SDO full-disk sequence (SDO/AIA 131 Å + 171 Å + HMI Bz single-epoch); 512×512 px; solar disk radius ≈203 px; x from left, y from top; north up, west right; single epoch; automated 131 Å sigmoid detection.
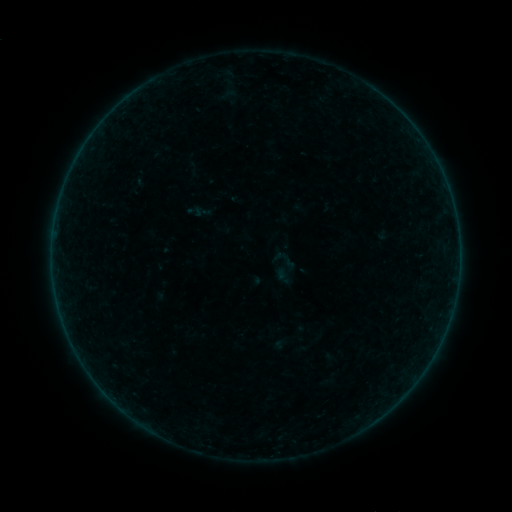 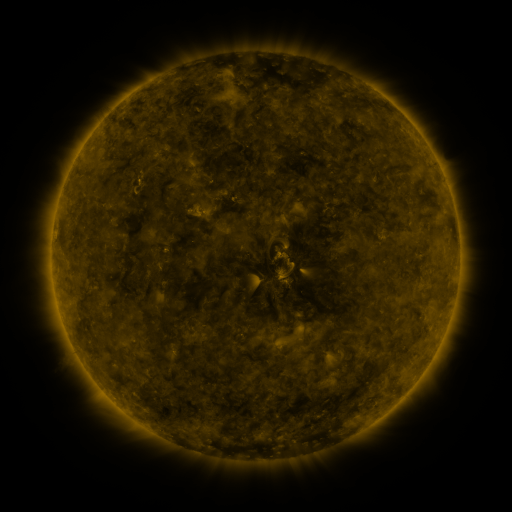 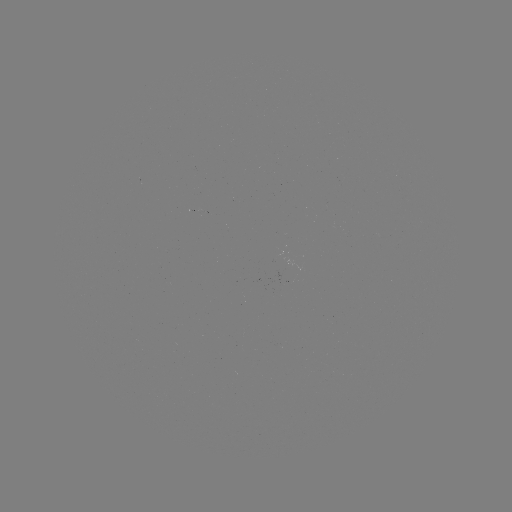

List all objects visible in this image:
sigmoid: [128, 176, 147, 194]
sigmoid: [270, 246, 298, 275]
